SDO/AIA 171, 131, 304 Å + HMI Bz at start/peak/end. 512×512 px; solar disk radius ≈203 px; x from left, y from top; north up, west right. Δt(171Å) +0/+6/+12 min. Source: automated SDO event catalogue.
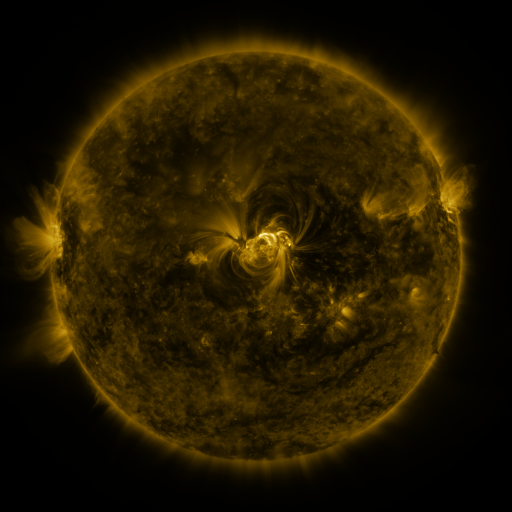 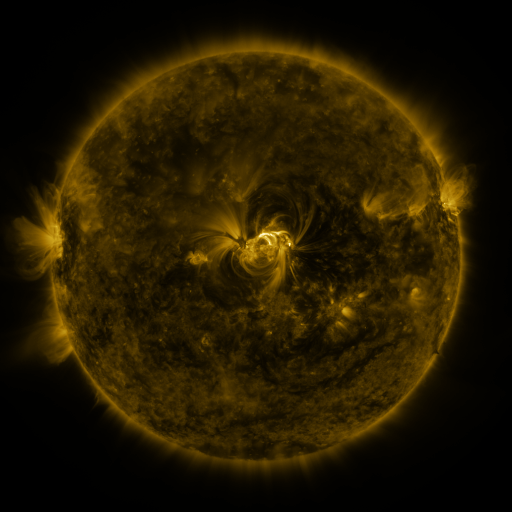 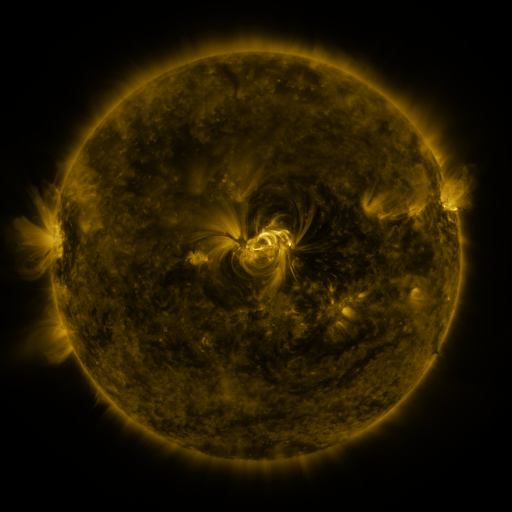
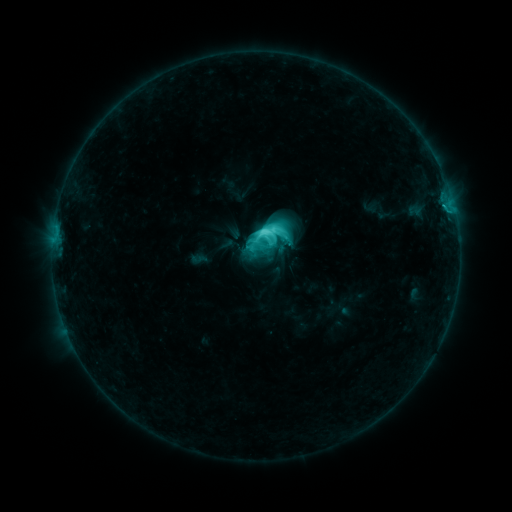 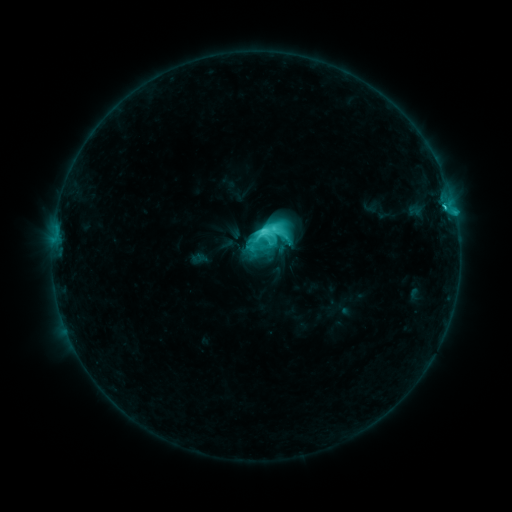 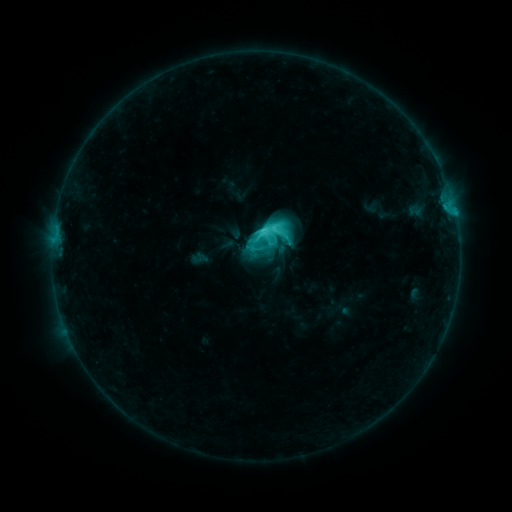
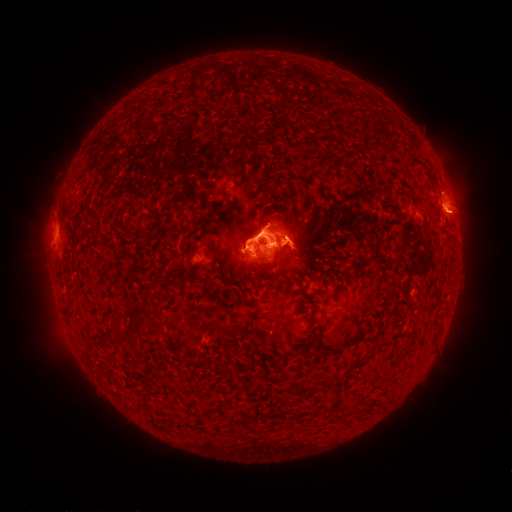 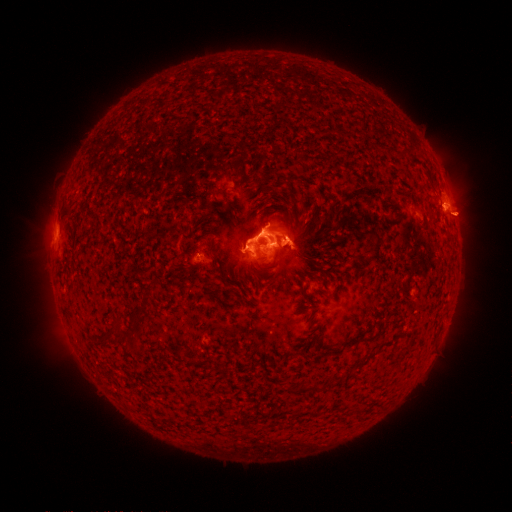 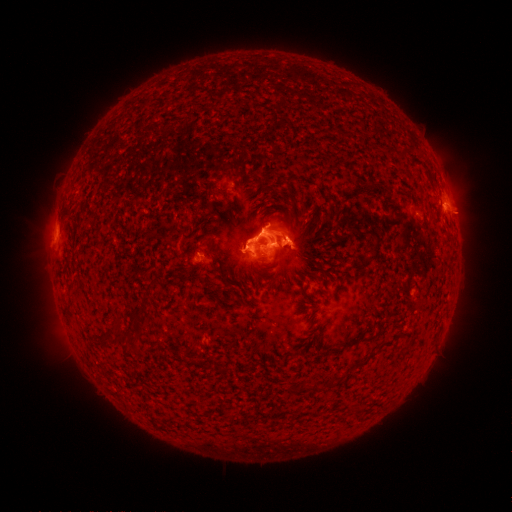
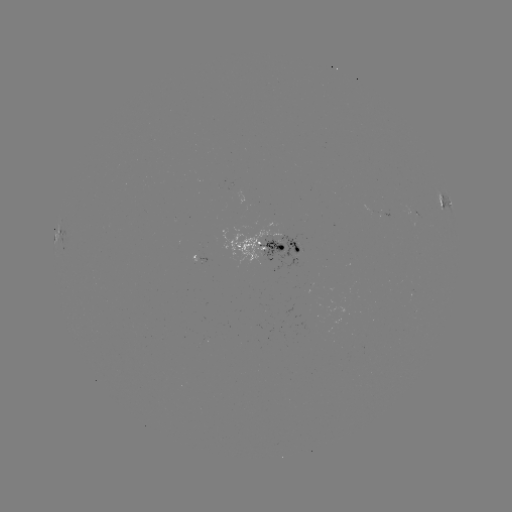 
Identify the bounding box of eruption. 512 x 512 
[404, 160, 477, 234].